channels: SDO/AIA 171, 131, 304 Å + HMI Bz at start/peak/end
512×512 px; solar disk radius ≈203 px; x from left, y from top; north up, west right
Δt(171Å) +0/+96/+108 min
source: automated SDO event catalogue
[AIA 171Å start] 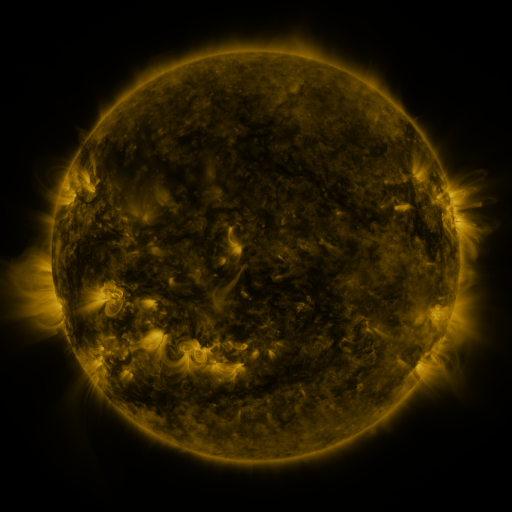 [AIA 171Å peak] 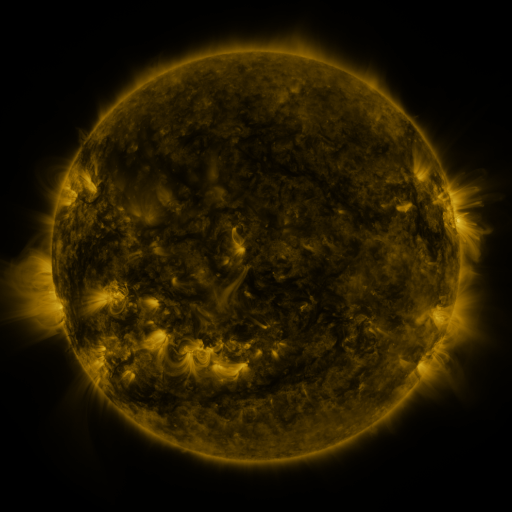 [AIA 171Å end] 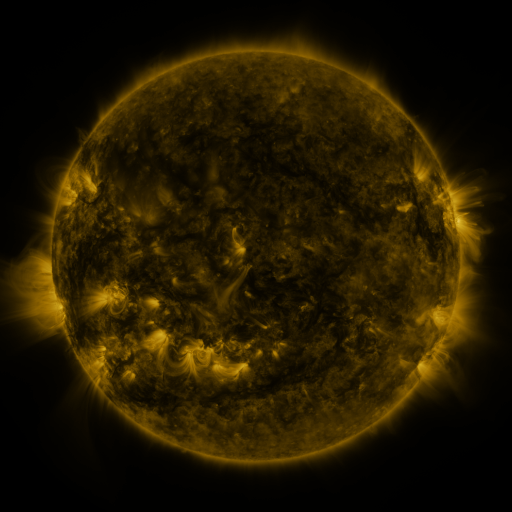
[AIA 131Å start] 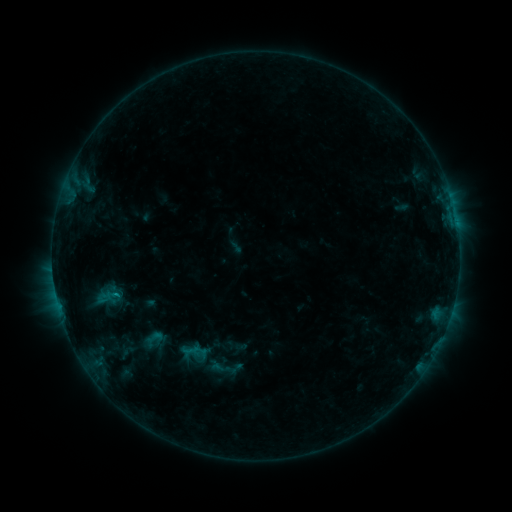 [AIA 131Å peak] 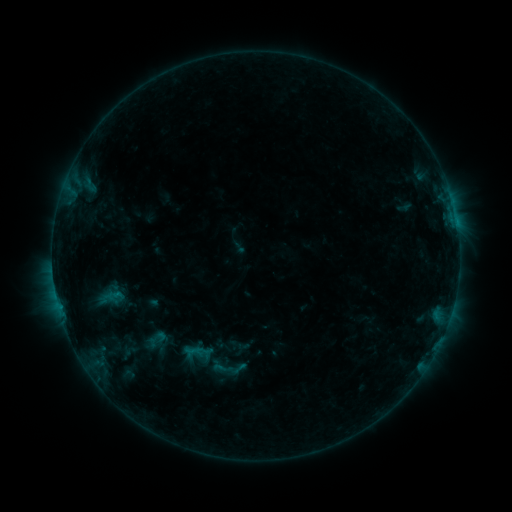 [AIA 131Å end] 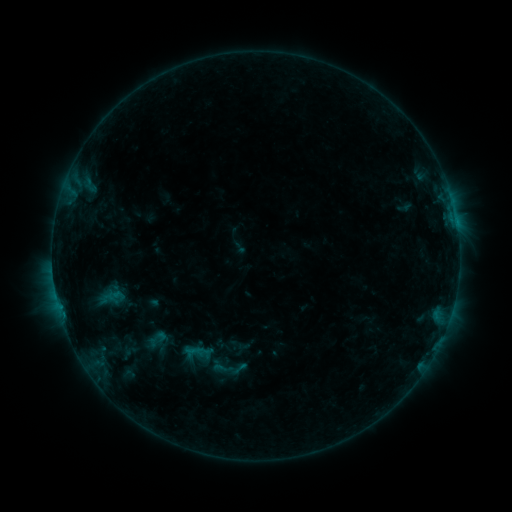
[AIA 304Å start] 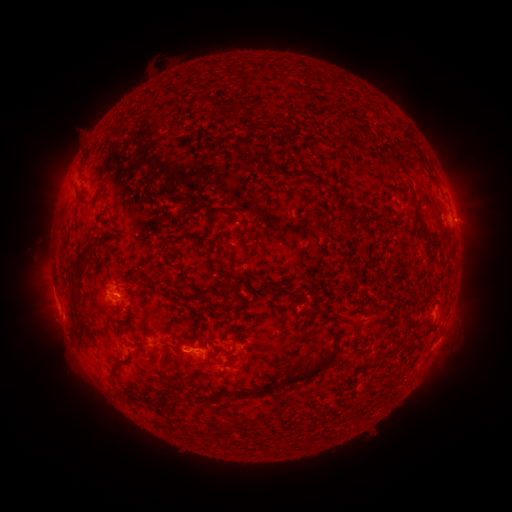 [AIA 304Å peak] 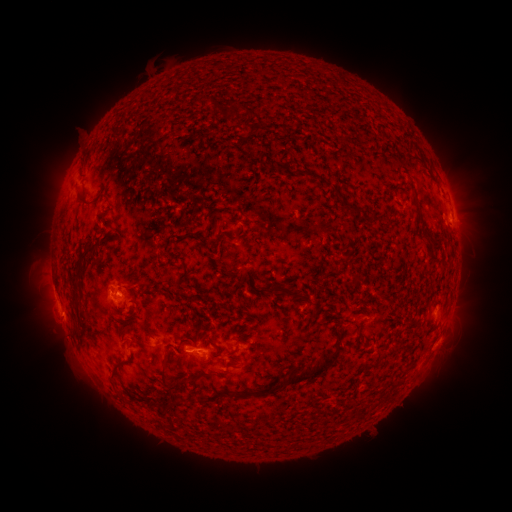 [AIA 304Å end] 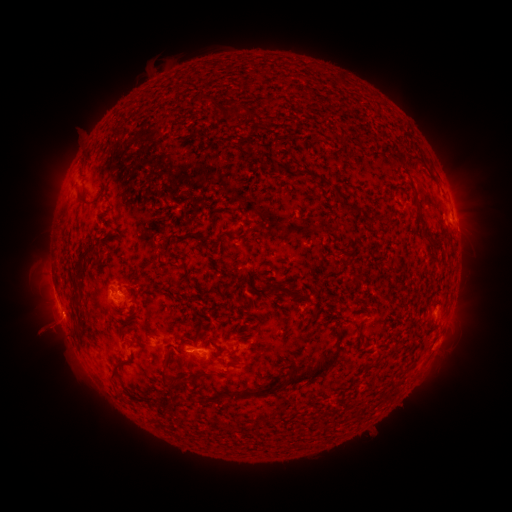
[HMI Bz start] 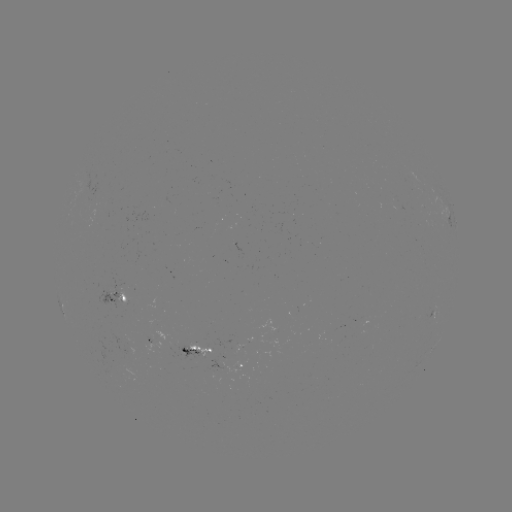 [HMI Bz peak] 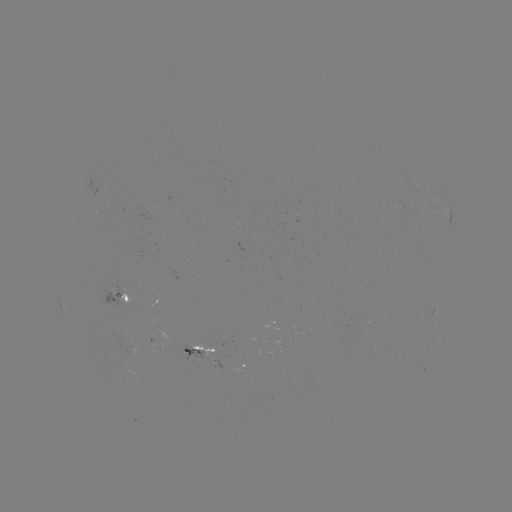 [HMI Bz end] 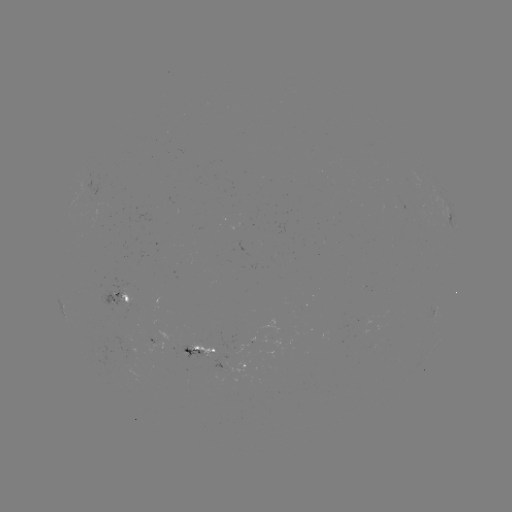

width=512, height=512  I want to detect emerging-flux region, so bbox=[97, 280, 125, 310].